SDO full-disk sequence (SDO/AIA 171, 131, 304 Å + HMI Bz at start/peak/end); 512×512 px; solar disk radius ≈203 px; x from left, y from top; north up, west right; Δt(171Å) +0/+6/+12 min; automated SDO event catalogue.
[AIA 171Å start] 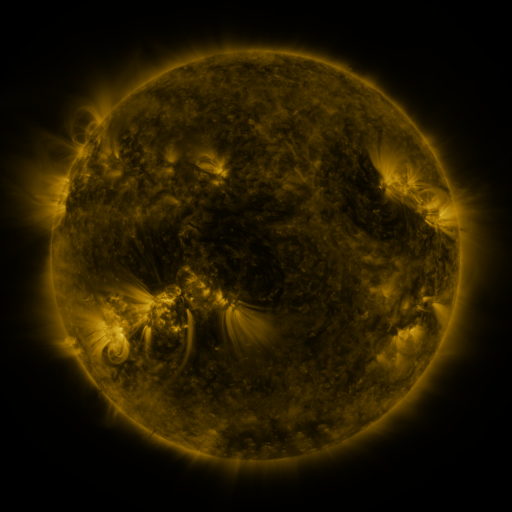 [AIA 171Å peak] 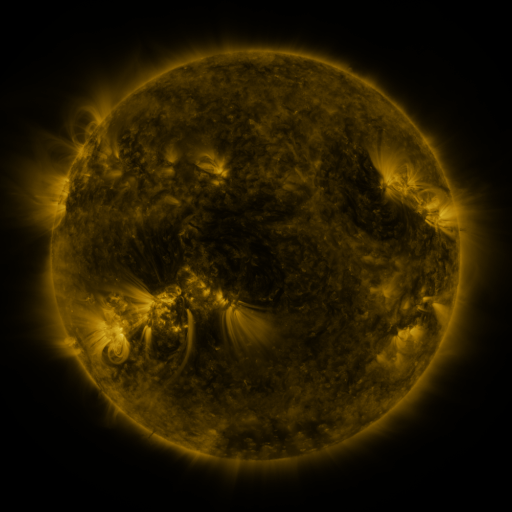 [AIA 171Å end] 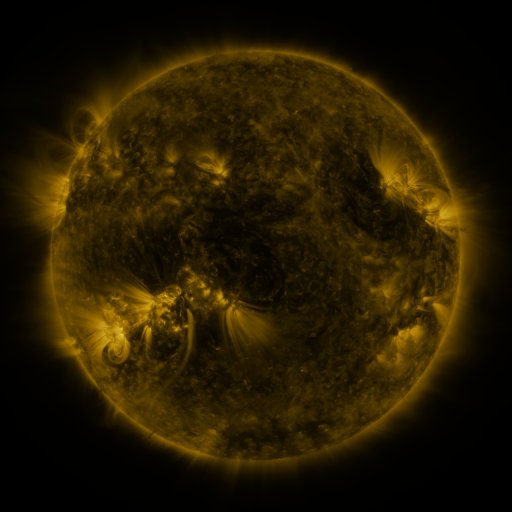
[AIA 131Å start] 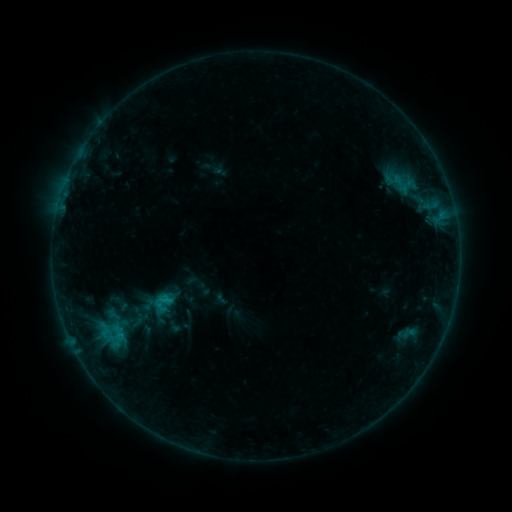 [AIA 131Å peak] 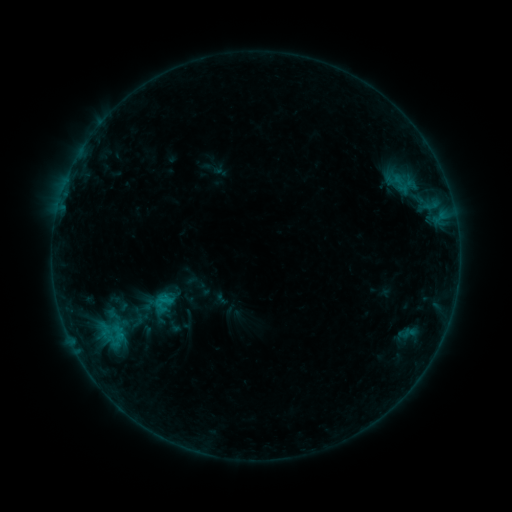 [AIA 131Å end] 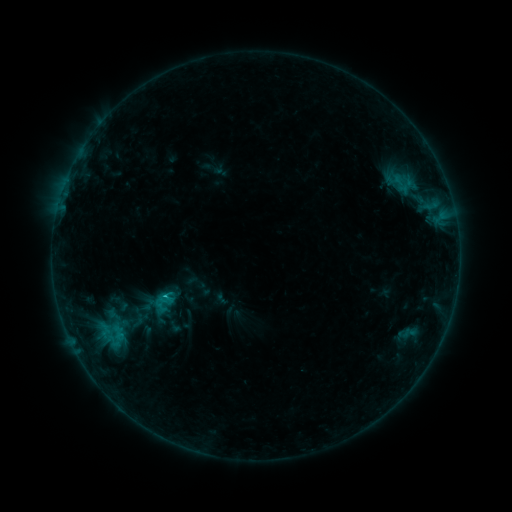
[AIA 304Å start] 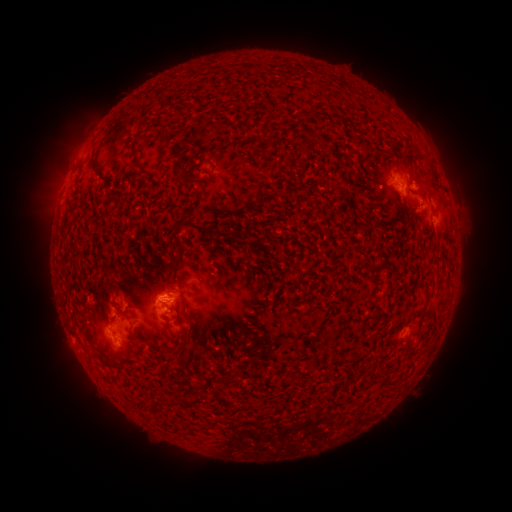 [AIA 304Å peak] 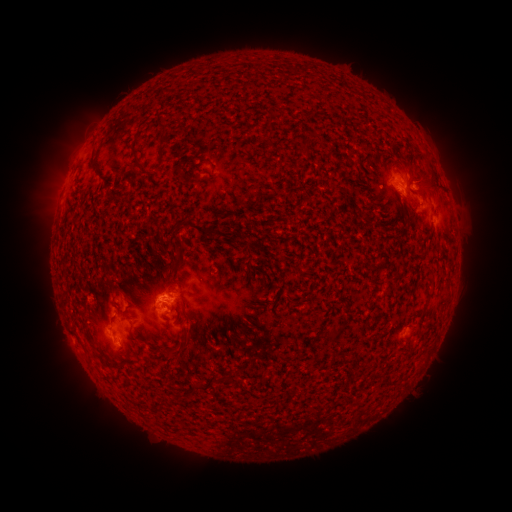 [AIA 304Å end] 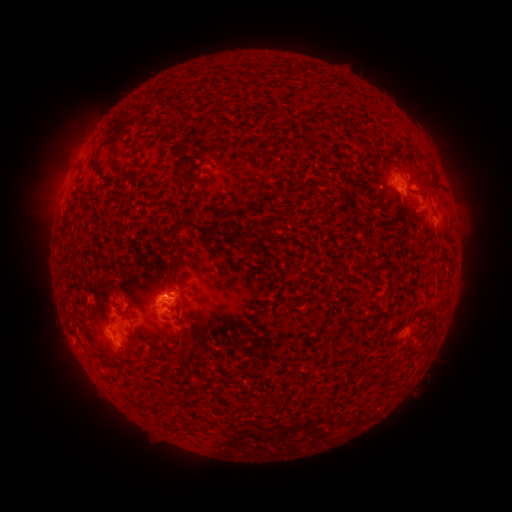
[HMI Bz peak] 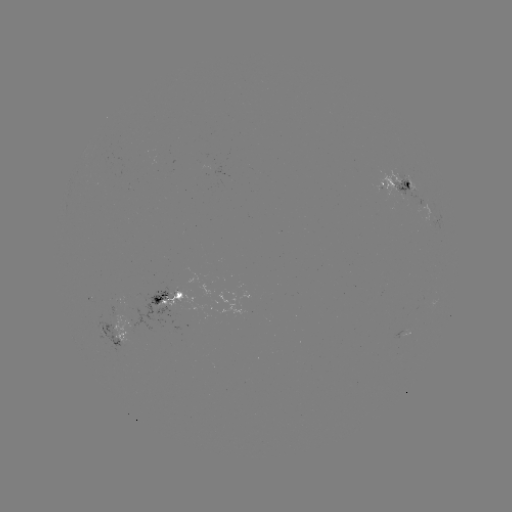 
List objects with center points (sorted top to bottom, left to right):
B8.6 flare: (122, 334)
